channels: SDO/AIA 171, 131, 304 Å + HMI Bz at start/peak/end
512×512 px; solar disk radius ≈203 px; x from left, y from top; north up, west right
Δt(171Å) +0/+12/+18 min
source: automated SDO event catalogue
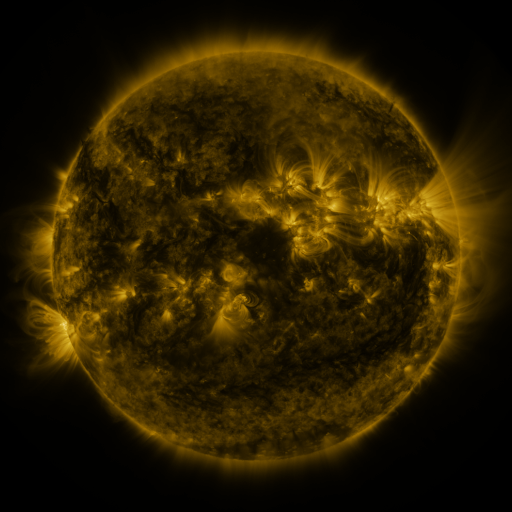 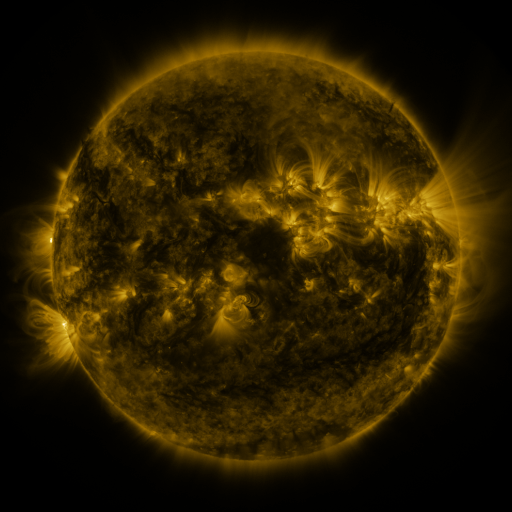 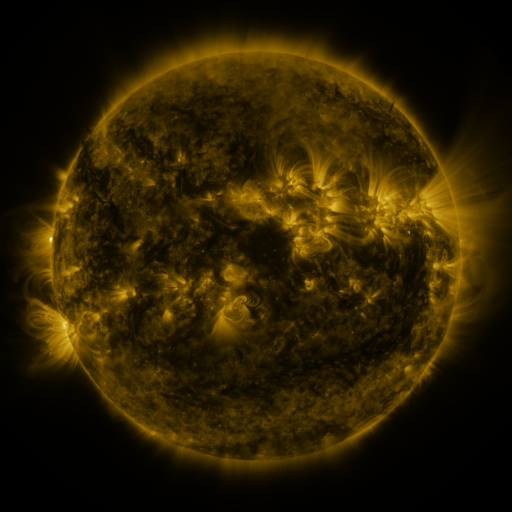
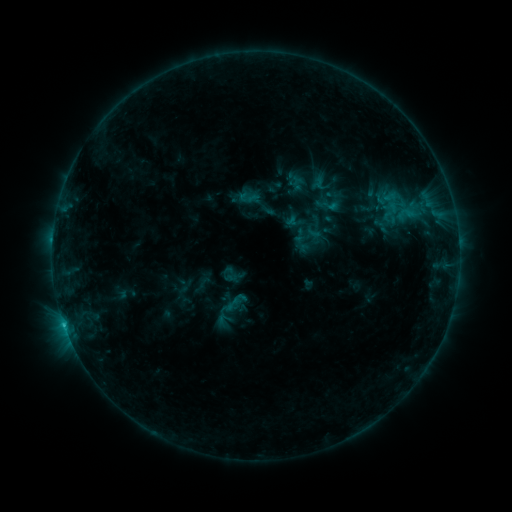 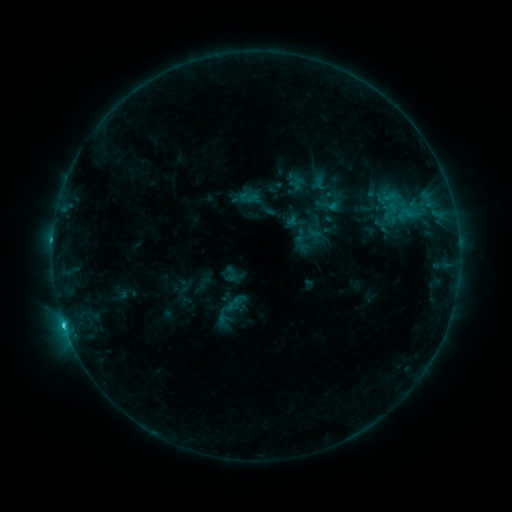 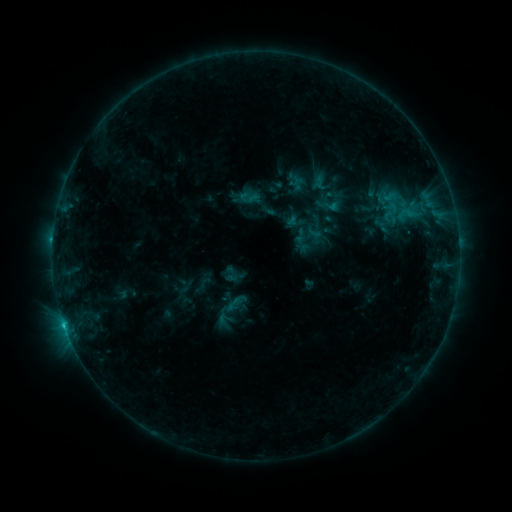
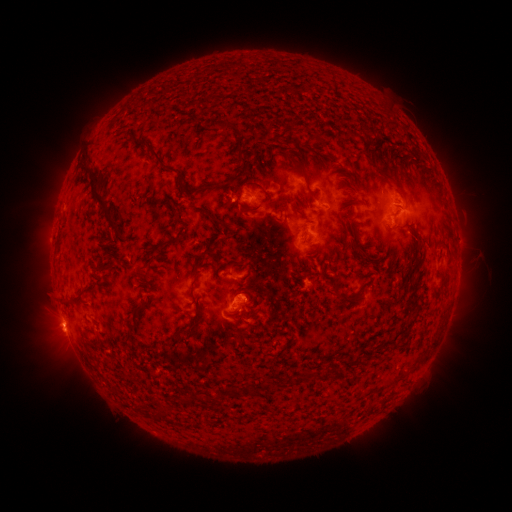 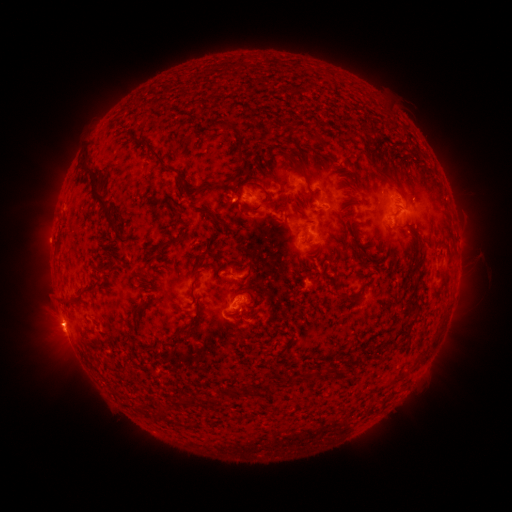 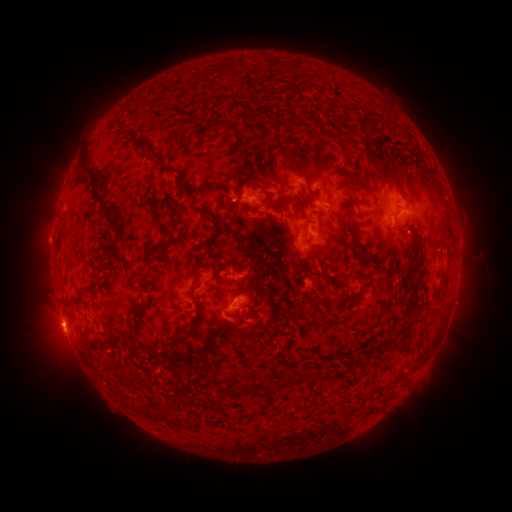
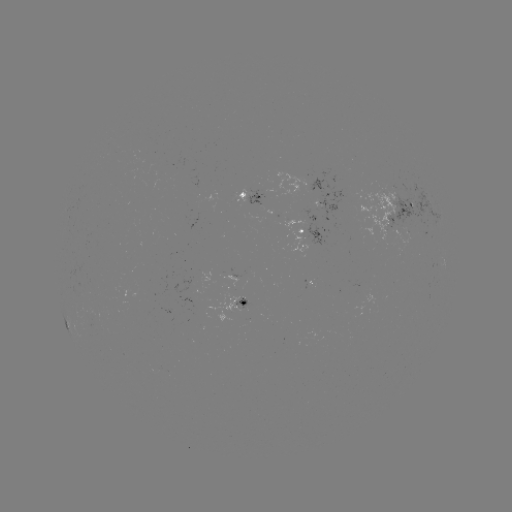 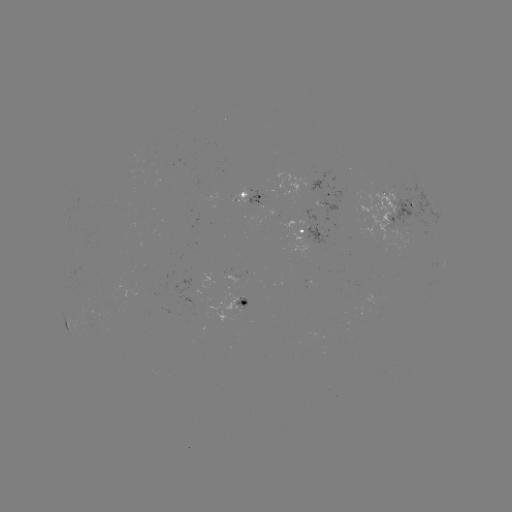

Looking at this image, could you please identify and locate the C1.1 flare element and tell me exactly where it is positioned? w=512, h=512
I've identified C1.1 flare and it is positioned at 65,322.